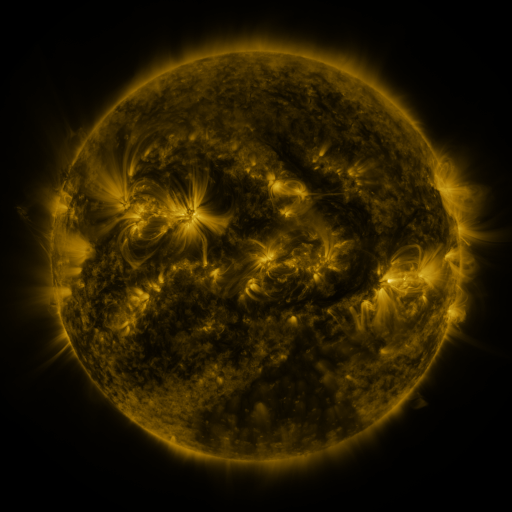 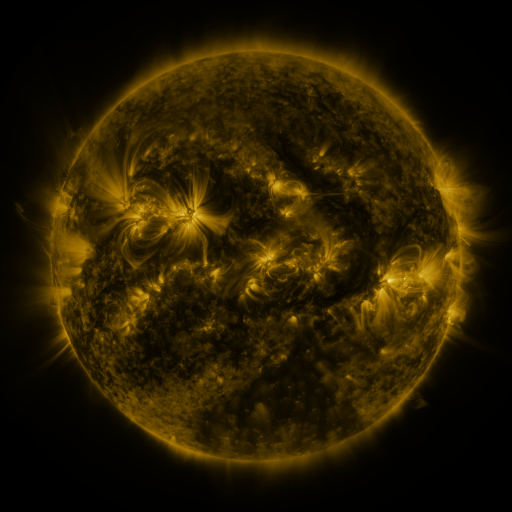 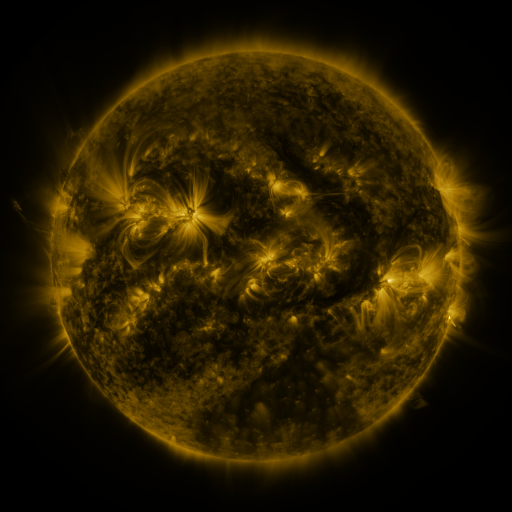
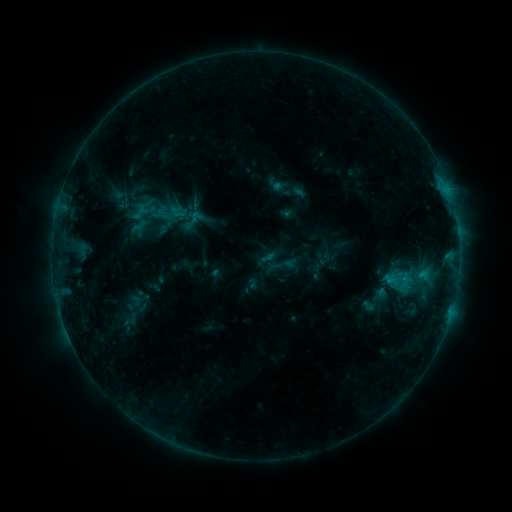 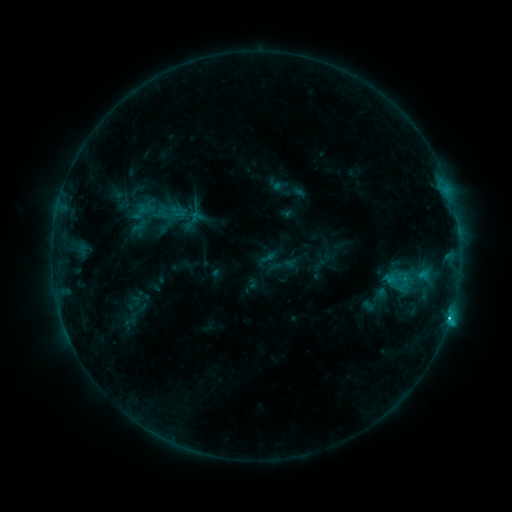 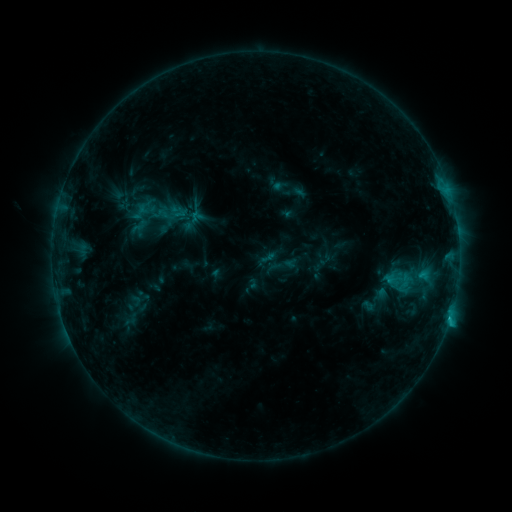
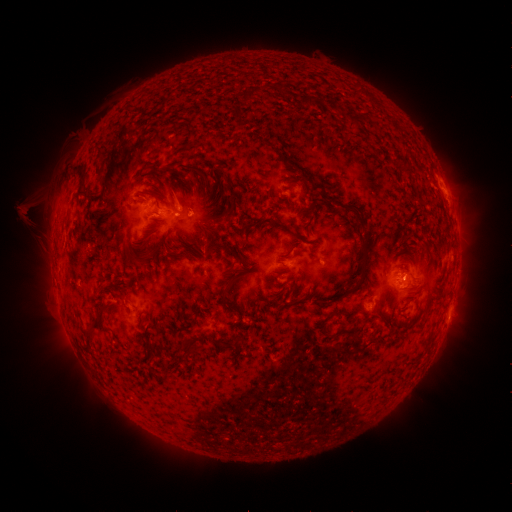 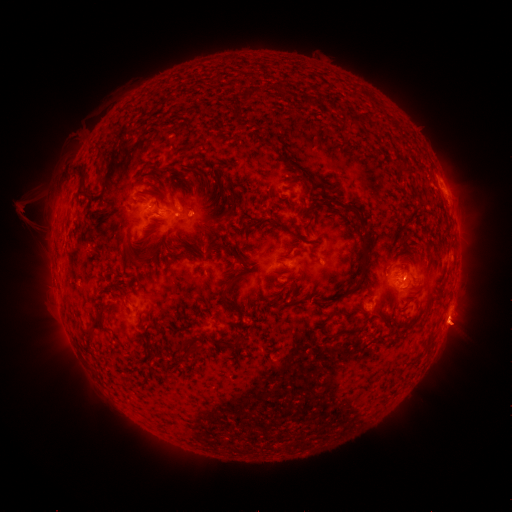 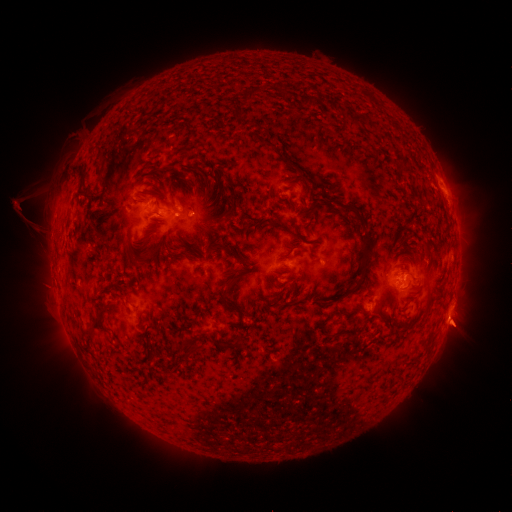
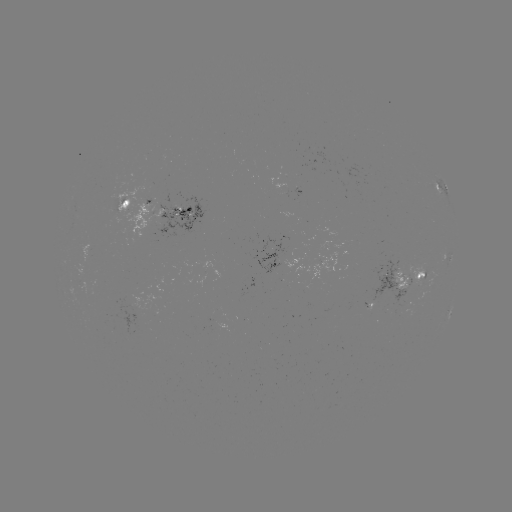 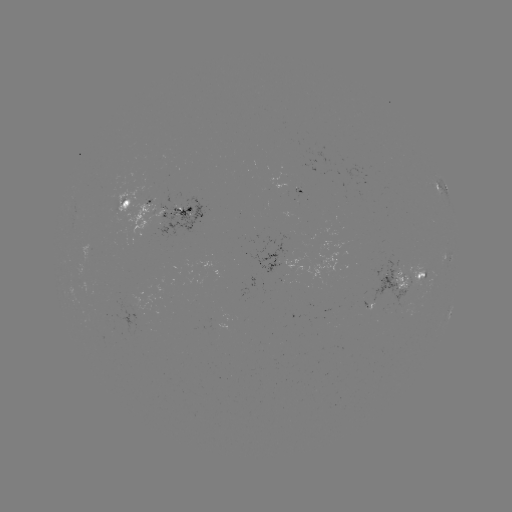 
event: flare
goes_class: C1.8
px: (450, 314)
